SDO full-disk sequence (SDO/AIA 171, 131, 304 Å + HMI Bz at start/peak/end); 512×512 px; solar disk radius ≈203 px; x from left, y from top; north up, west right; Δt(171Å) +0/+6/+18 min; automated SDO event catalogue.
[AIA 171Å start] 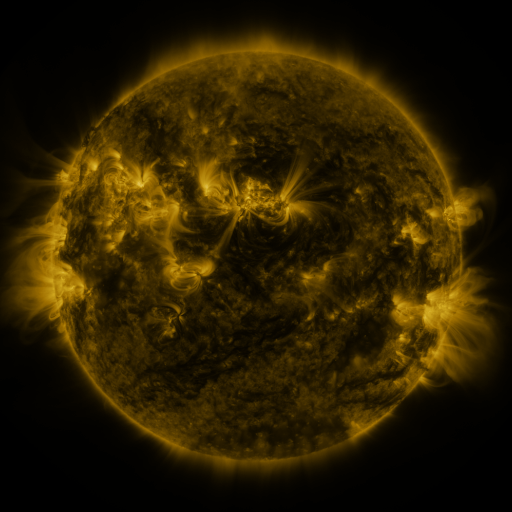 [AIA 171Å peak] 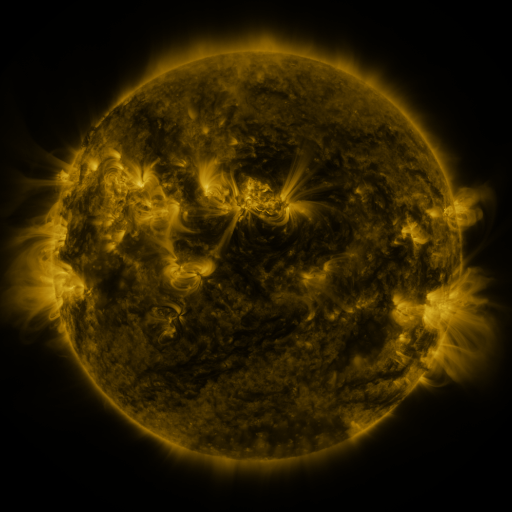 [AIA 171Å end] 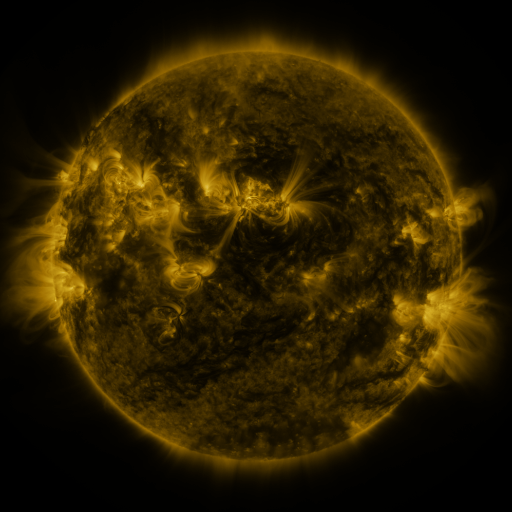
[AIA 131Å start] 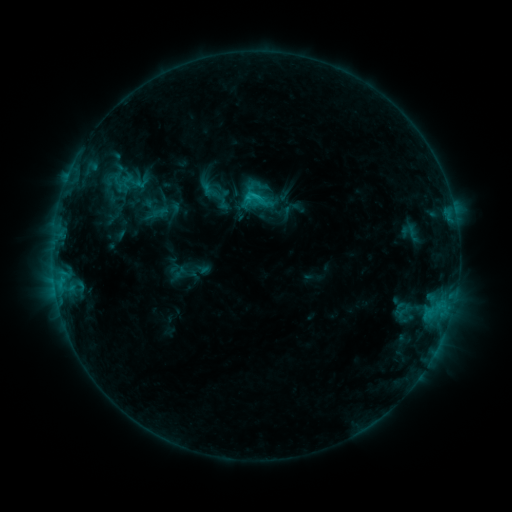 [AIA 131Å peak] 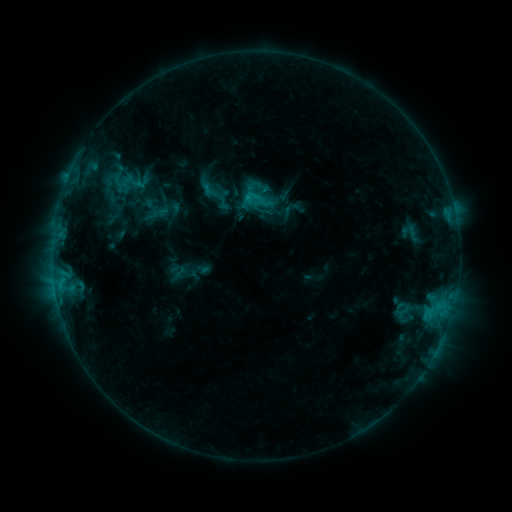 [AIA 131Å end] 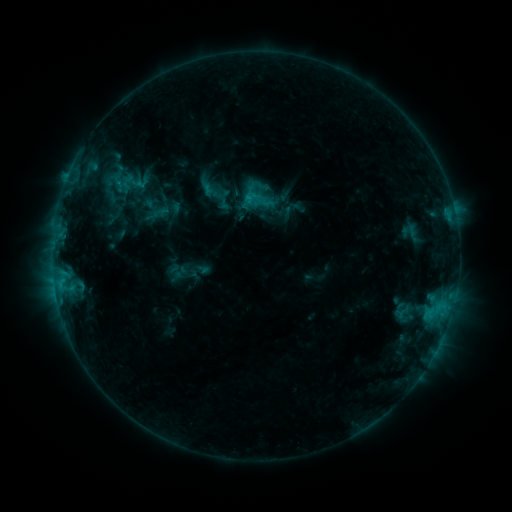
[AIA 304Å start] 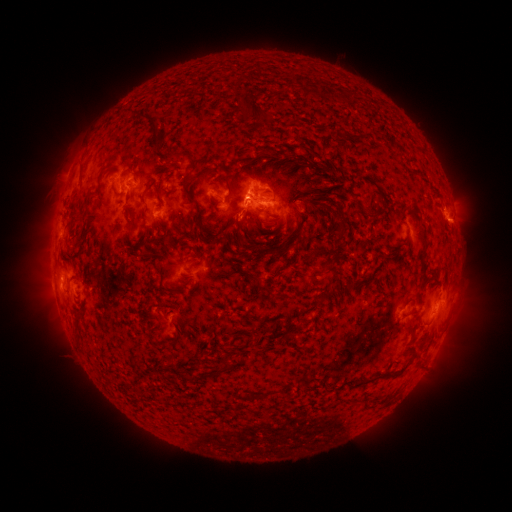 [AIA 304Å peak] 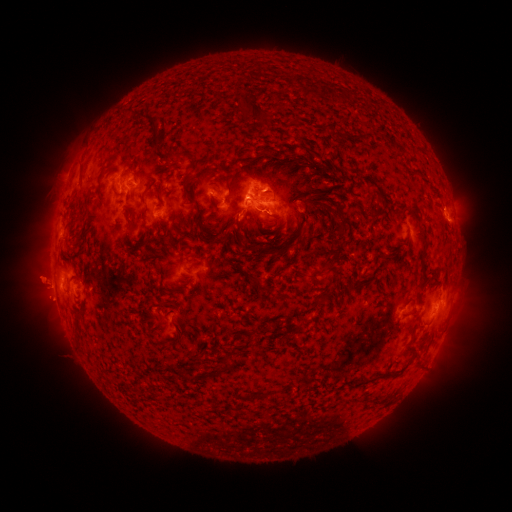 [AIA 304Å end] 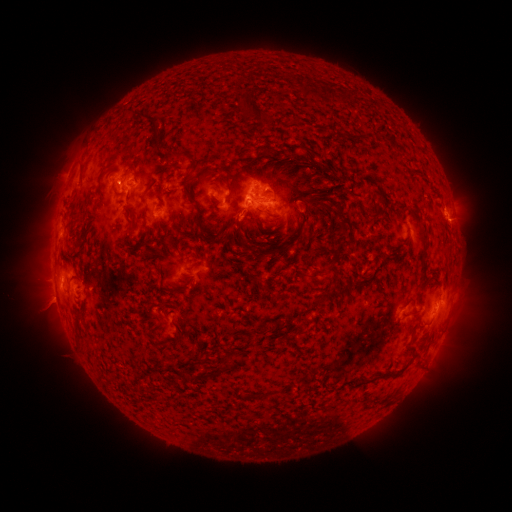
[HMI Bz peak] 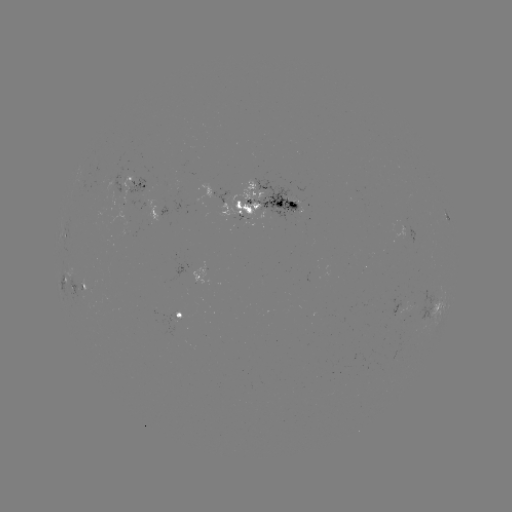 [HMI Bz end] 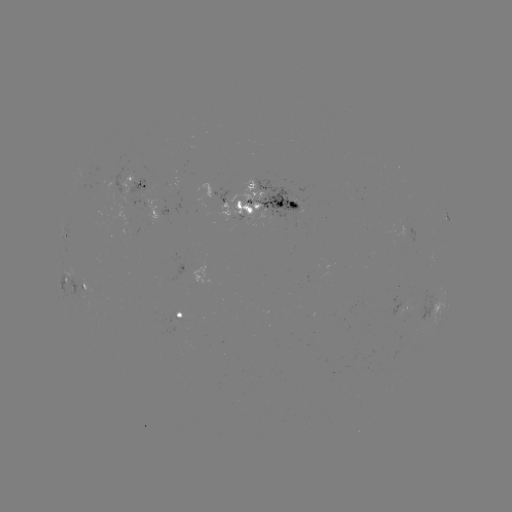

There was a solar eruption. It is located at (37, 284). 